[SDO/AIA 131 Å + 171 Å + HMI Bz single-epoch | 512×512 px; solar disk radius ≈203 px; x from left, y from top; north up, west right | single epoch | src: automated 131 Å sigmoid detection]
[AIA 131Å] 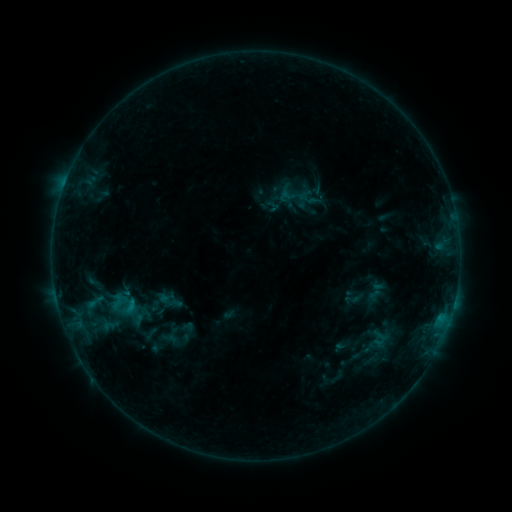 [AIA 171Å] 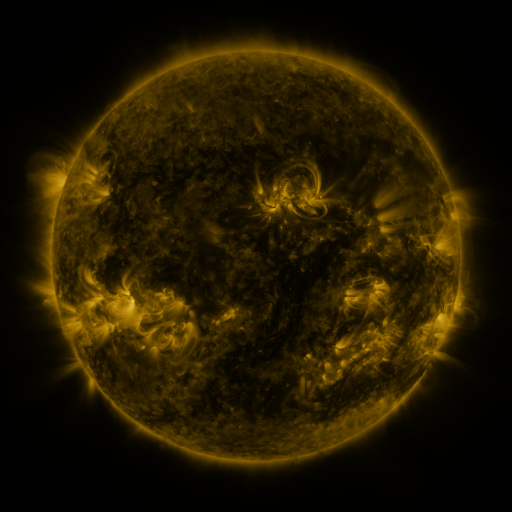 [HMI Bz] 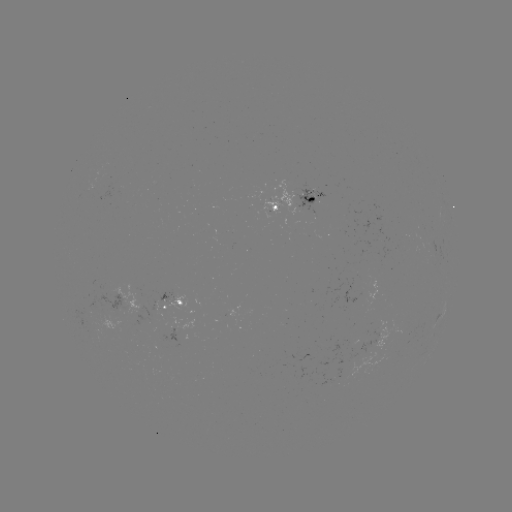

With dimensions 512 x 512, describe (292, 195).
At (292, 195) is sigmoid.